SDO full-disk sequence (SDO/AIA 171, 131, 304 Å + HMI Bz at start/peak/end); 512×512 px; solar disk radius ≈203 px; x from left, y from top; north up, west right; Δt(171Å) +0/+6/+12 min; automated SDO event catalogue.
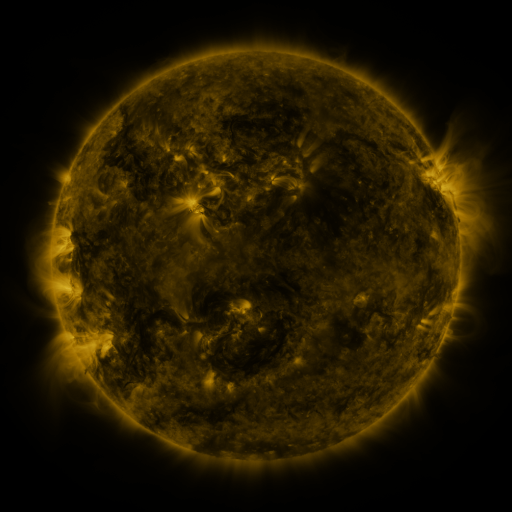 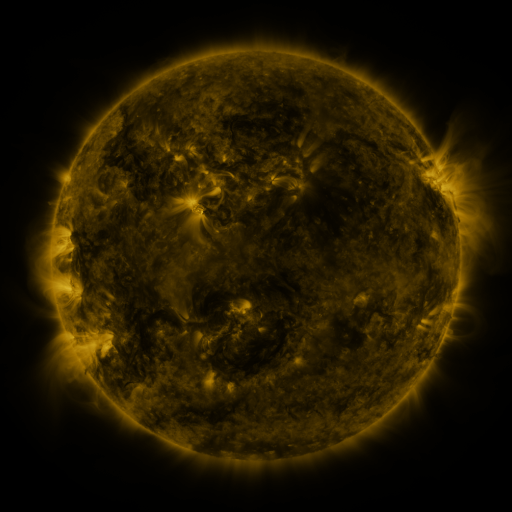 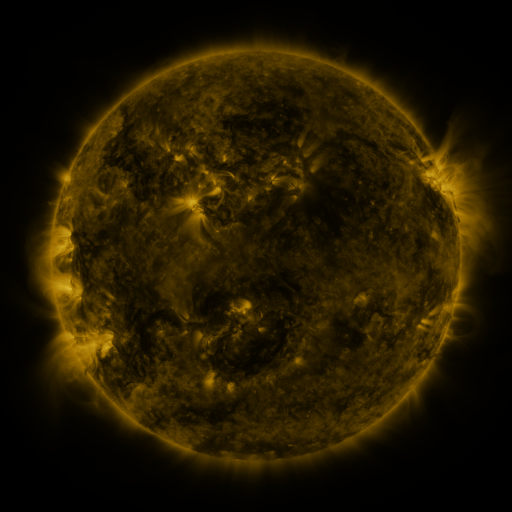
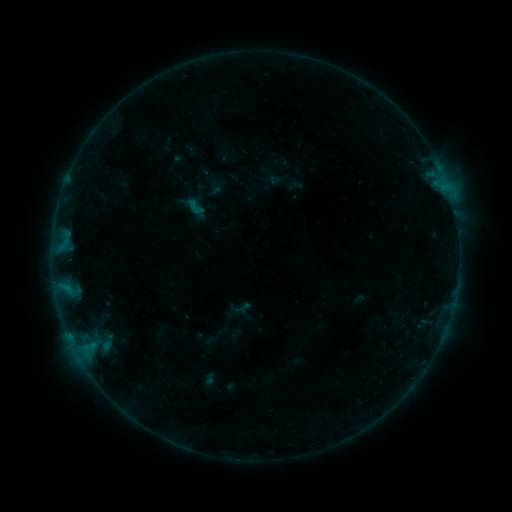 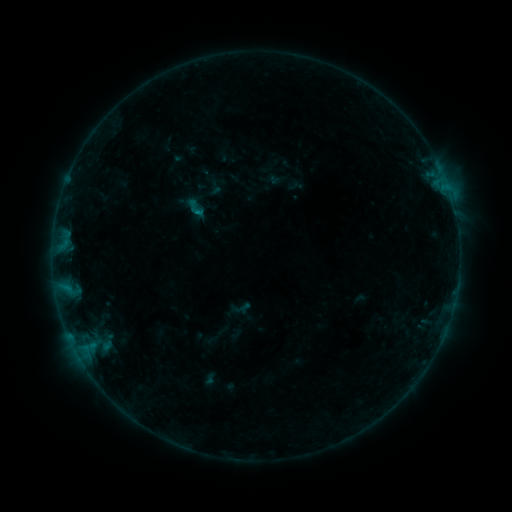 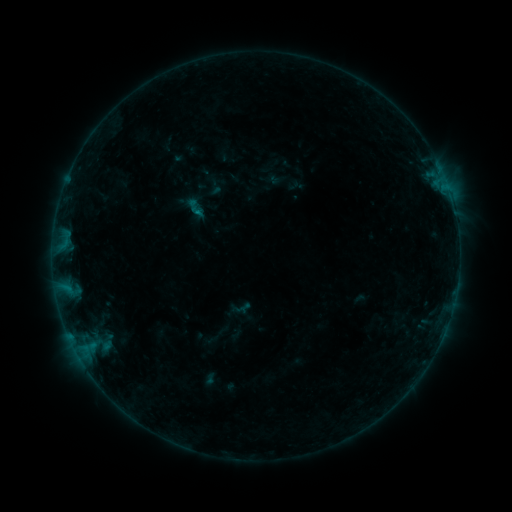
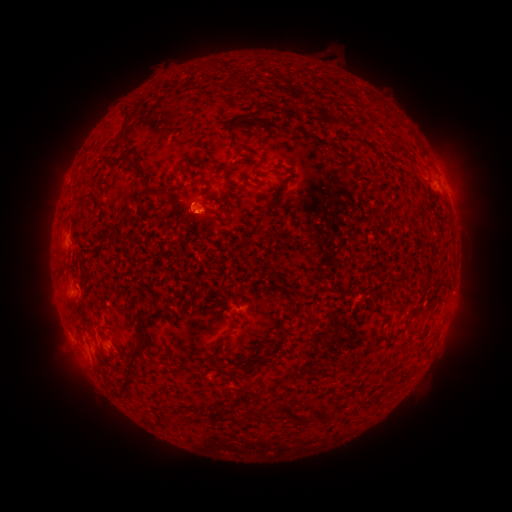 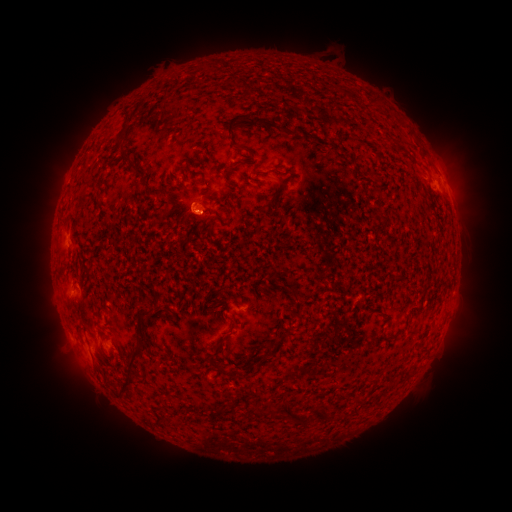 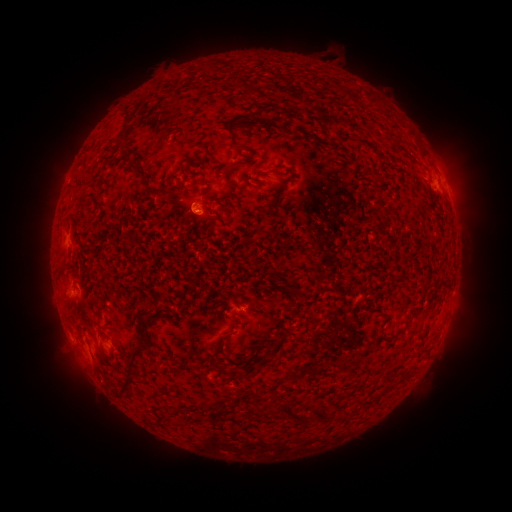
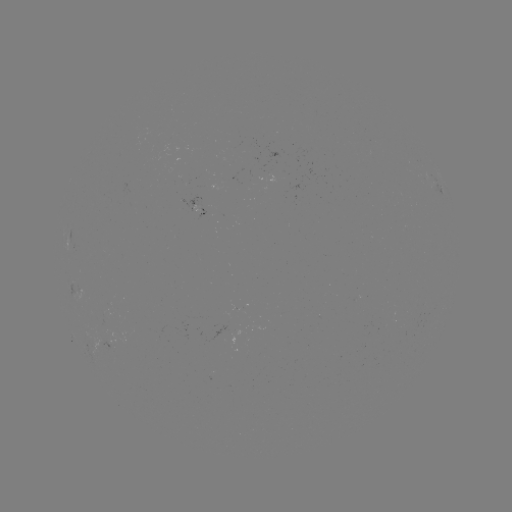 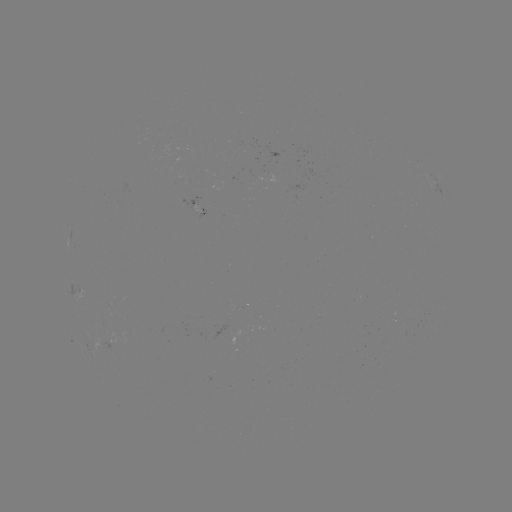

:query B2.7 flare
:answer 200,214